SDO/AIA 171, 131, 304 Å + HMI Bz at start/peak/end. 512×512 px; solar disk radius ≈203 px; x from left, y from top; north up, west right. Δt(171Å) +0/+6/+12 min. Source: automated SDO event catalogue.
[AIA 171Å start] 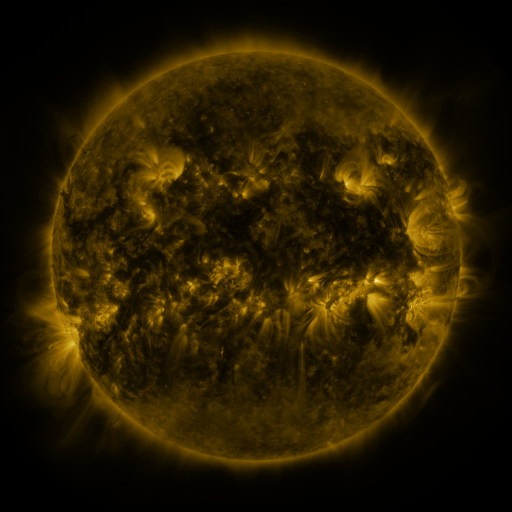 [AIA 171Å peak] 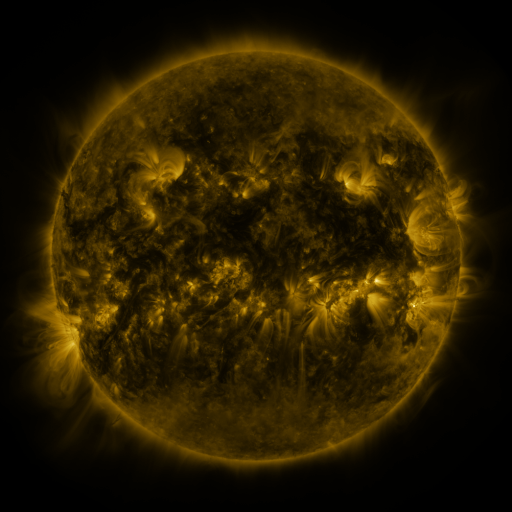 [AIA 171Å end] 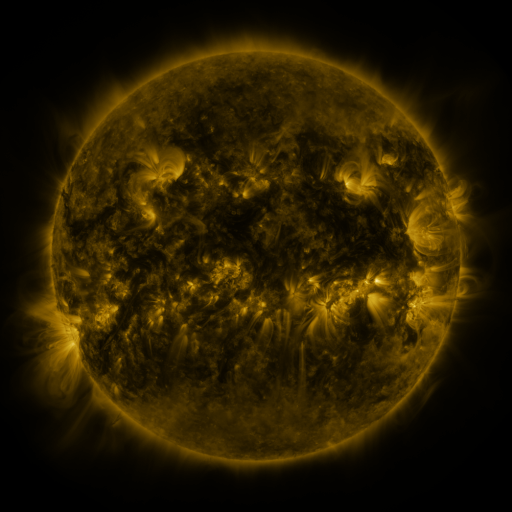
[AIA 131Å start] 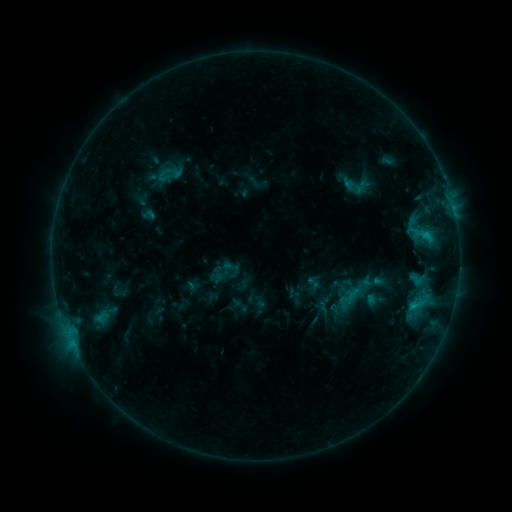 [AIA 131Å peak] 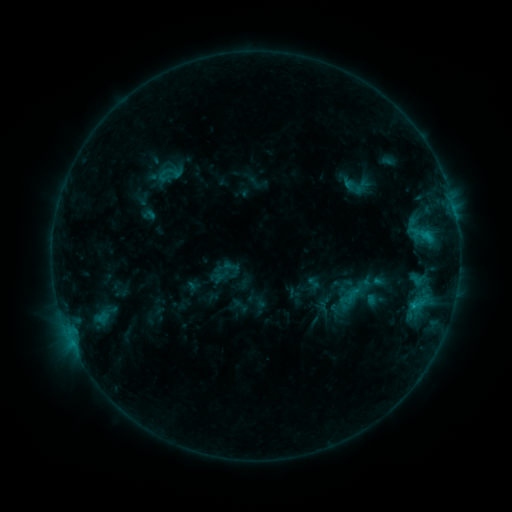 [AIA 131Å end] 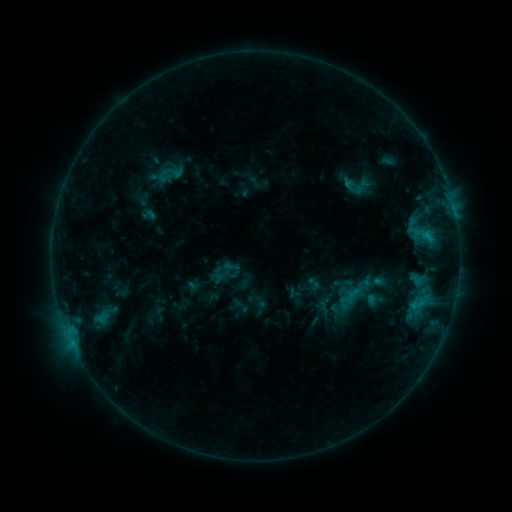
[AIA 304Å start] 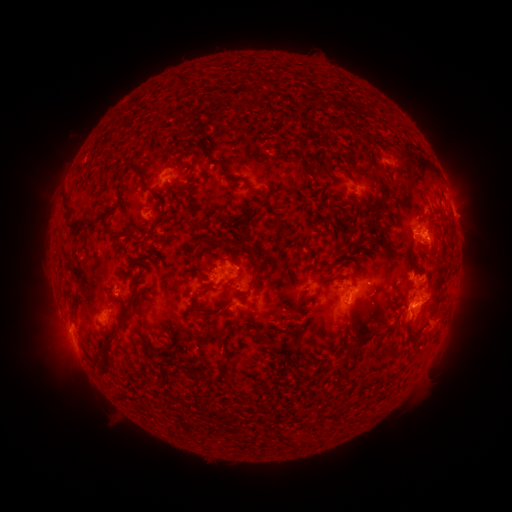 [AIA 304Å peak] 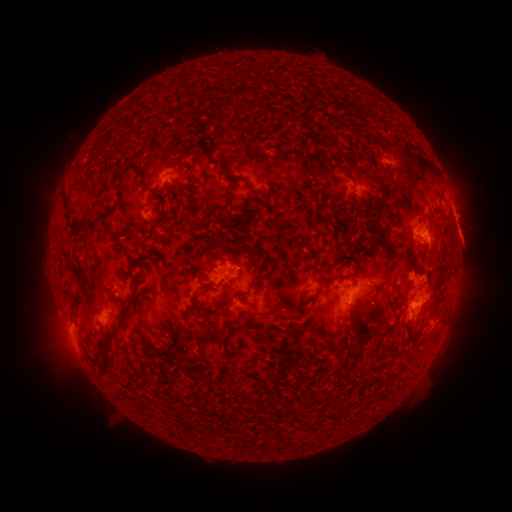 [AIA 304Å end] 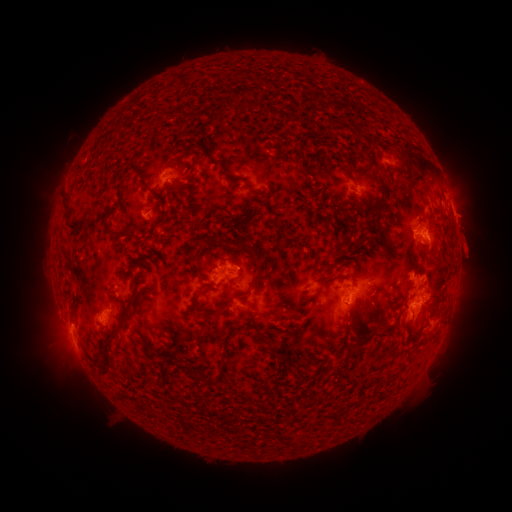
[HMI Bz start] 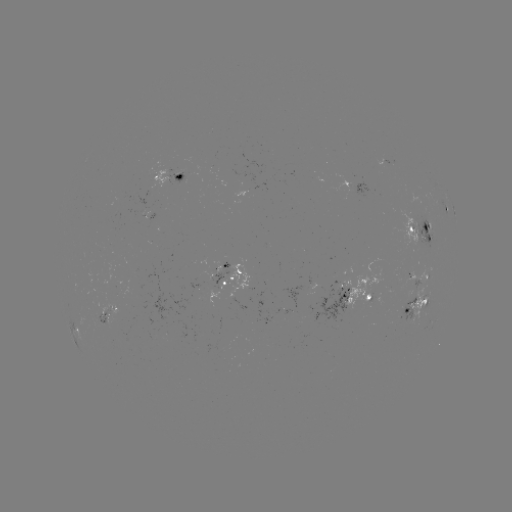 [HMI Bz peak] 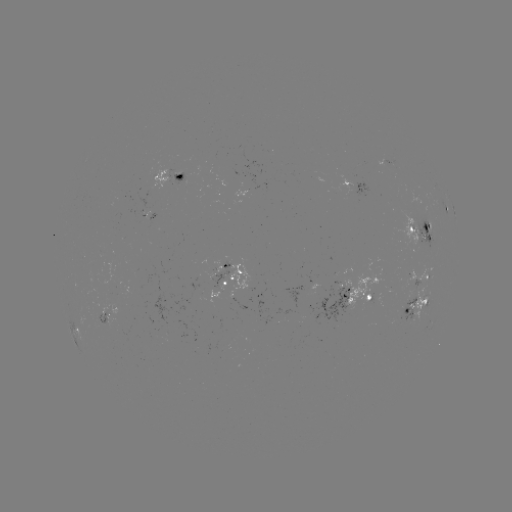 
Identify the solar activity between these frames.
eruption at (468, 243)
